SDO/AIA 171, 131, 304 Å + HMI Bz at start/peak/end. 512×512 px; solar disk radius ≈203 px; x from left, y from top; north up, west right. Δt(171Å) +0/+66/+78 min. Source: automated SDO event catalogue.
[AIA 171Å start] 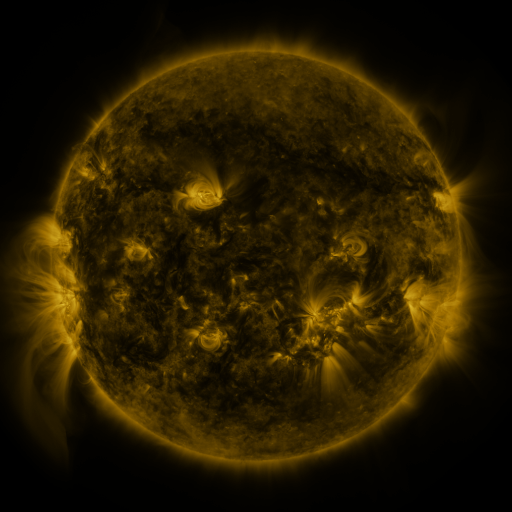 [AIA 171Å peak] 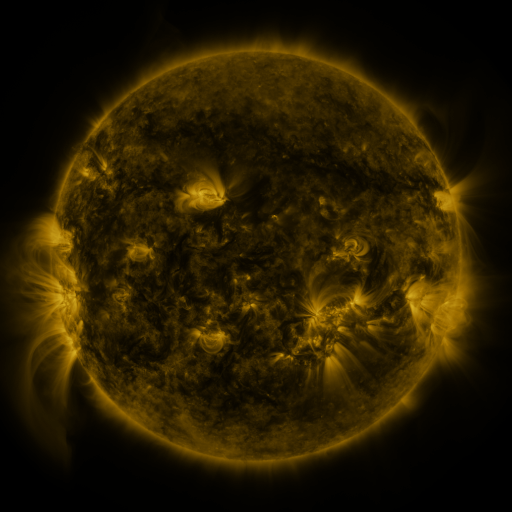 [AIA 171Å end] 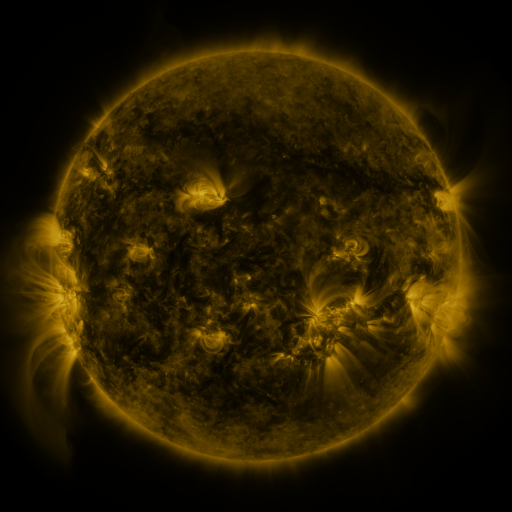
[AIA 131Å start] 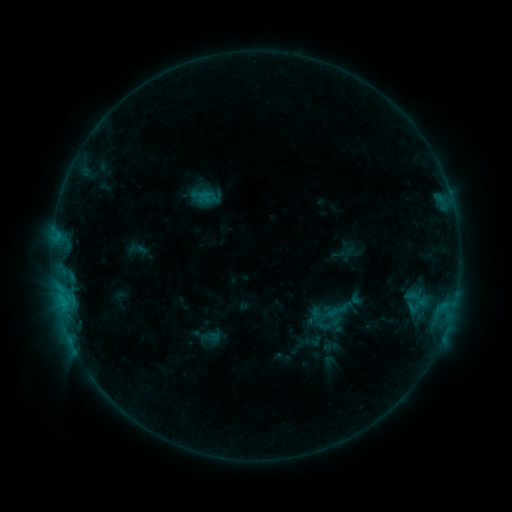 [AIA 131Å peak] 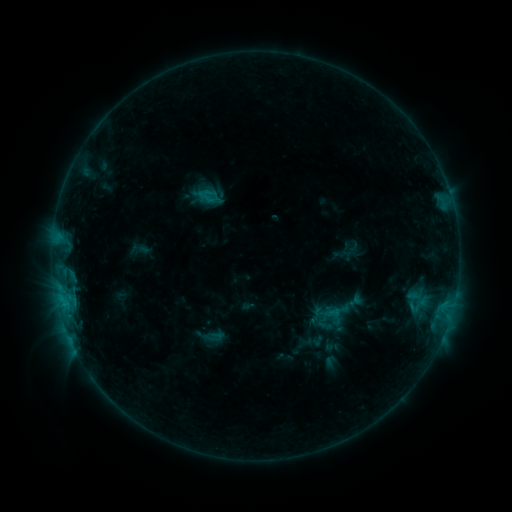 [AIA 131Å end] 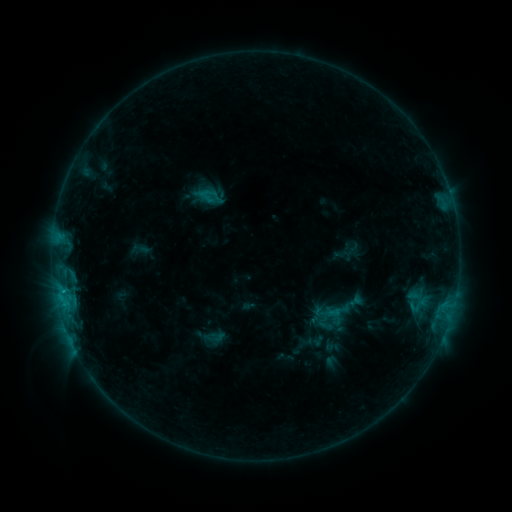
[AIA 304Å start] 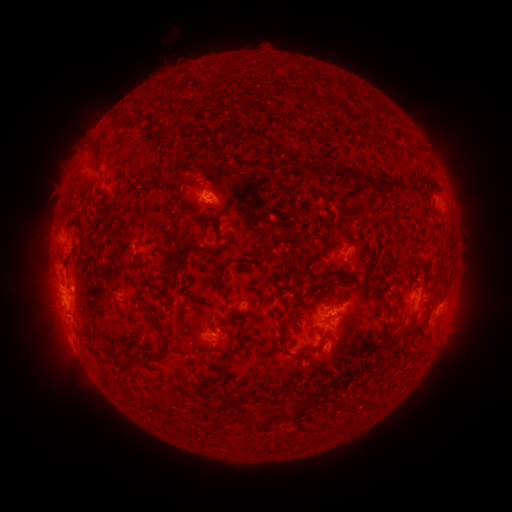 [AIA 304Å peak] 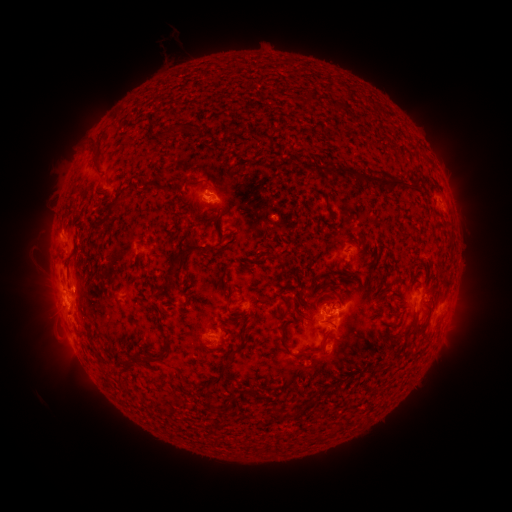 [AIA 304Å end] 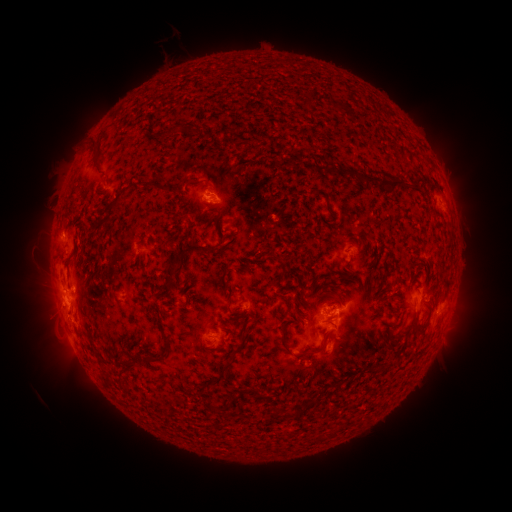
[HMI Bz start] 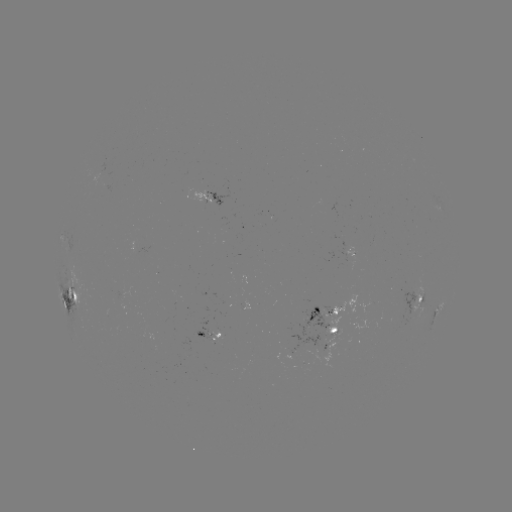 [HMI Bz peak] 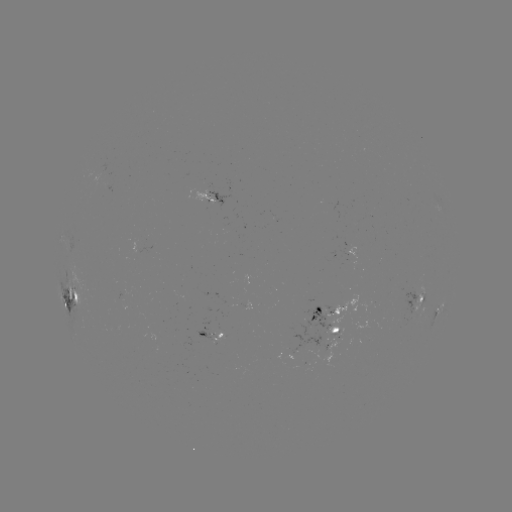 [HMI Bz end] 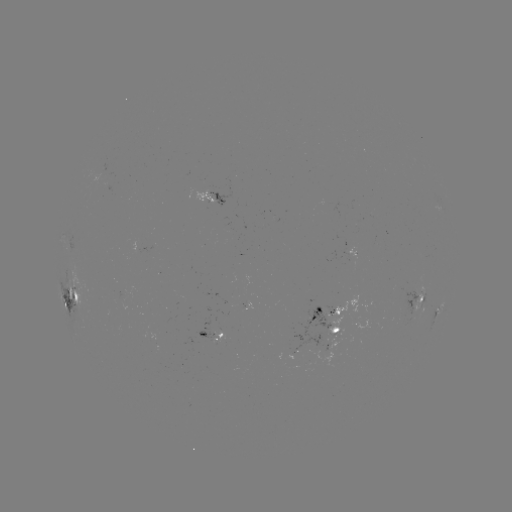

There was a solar emerging-flux region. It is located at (214, 338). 